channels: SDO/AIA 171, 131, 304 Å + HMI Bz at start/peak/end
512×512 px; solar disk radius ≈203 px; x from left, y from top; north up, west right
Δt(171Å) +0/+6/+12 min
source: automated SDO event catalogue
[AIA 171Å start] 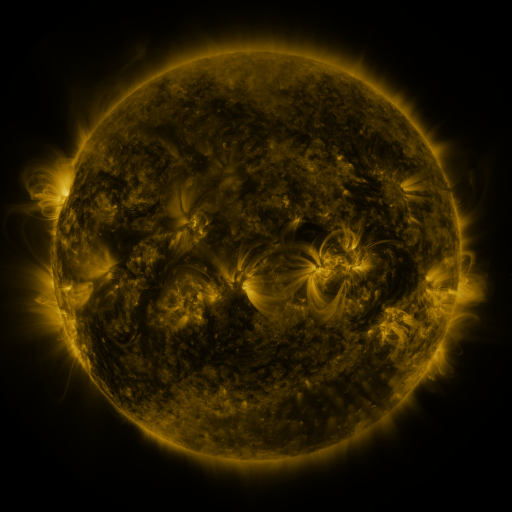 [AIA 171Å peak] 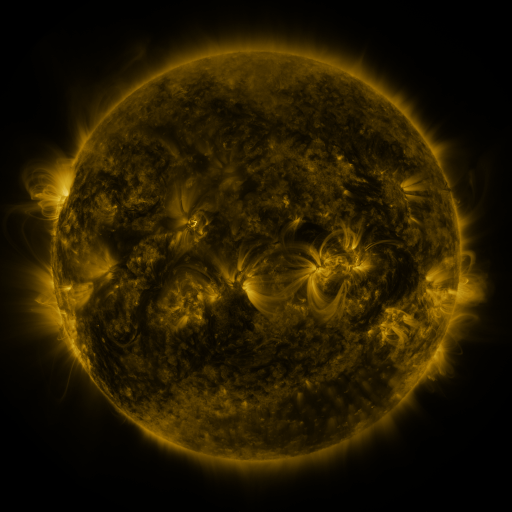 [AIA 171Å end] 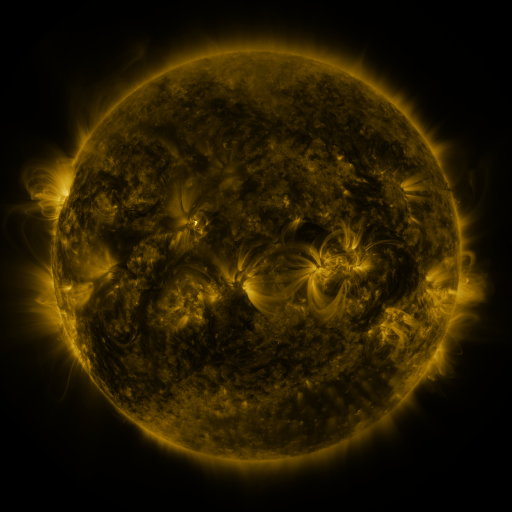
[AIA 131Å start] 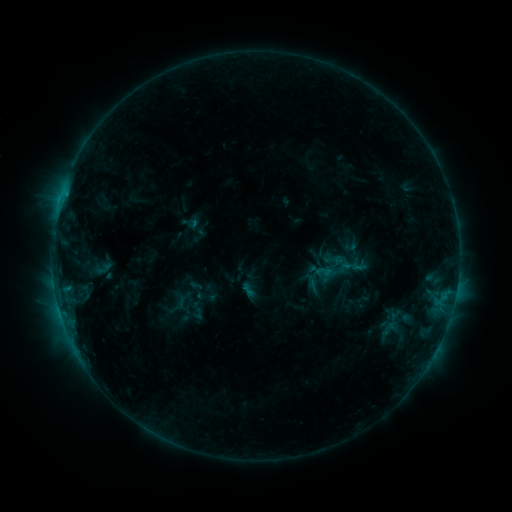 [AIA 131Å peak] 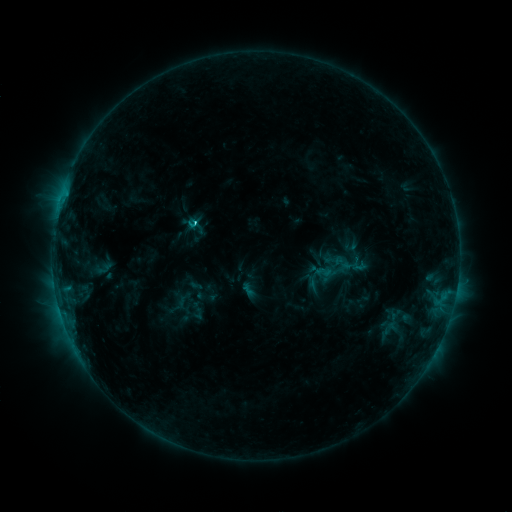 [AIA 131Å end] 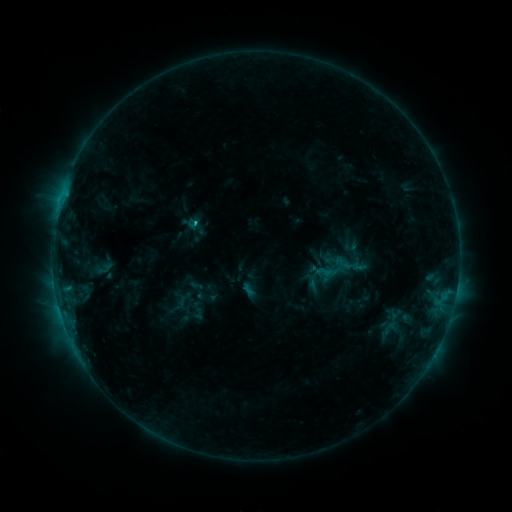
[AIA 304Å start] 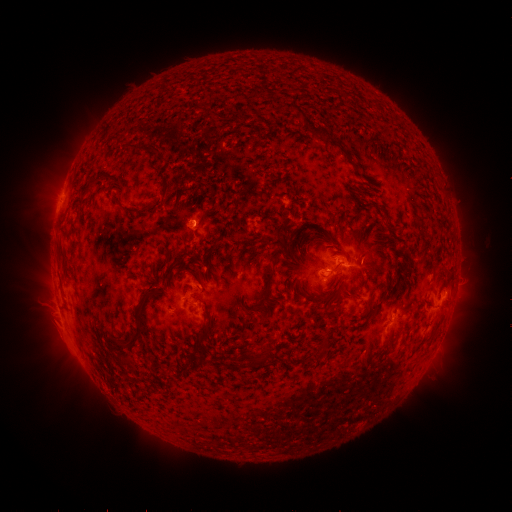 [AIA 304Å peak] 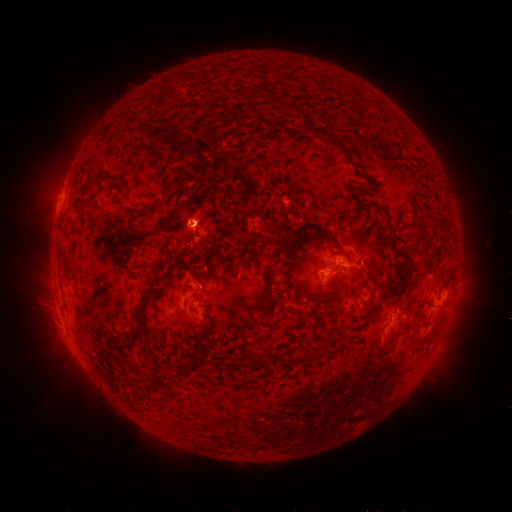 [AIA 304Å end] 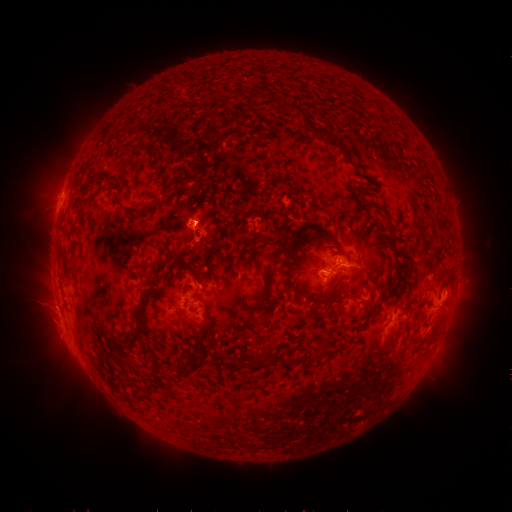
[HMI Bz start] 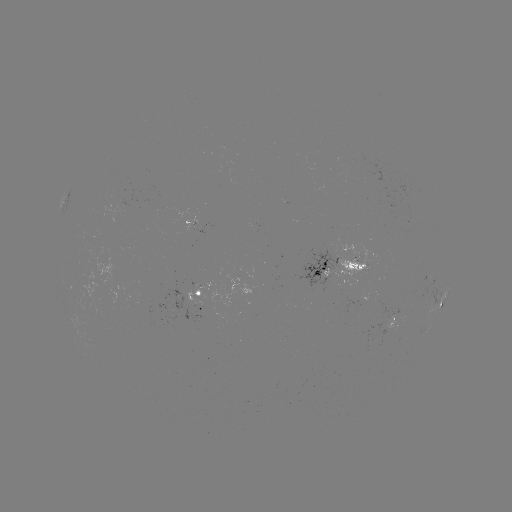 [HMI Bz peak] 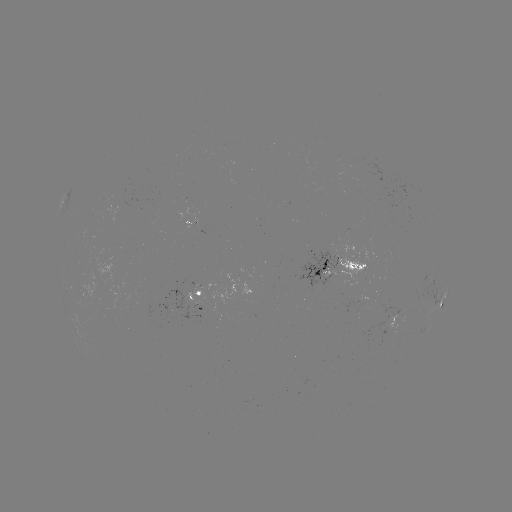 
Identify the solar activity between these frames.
C1.4 flare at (196, 222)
